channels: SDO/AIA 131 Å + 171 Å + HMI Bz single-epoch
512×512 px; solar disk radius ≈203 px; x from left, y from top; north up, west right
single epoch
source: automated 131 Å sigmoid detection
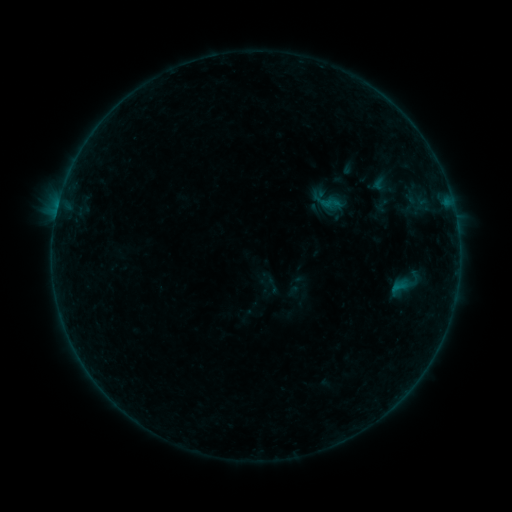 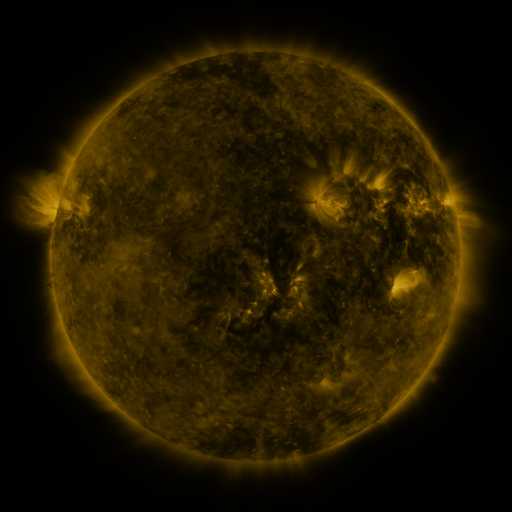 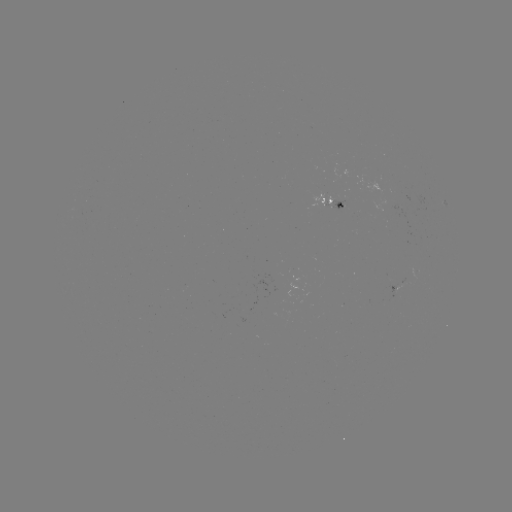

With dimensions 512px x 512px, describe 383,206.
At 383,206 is sigmoid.